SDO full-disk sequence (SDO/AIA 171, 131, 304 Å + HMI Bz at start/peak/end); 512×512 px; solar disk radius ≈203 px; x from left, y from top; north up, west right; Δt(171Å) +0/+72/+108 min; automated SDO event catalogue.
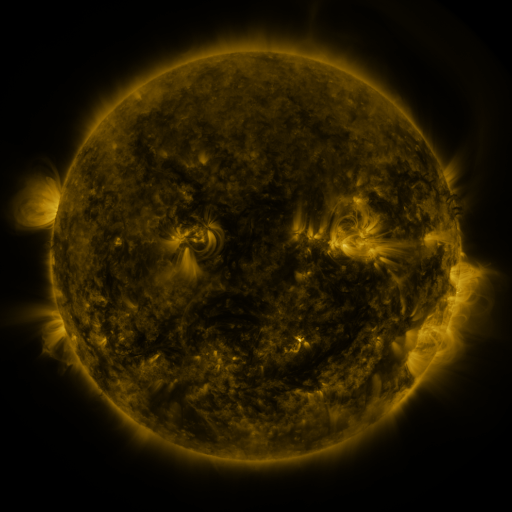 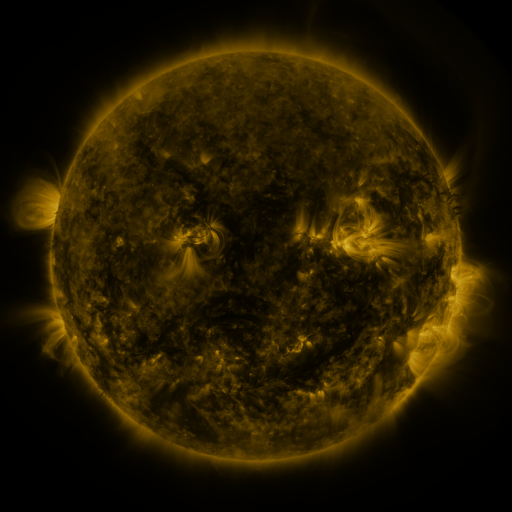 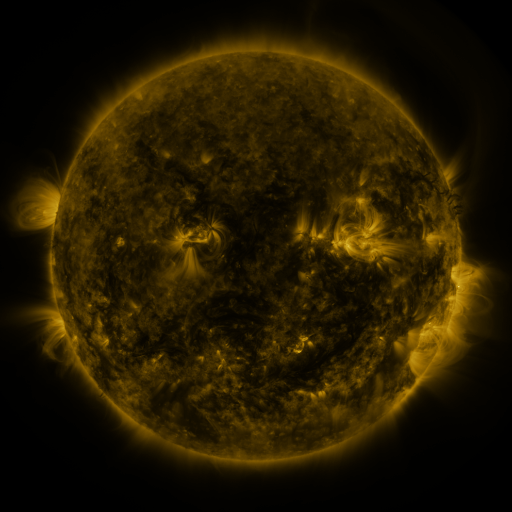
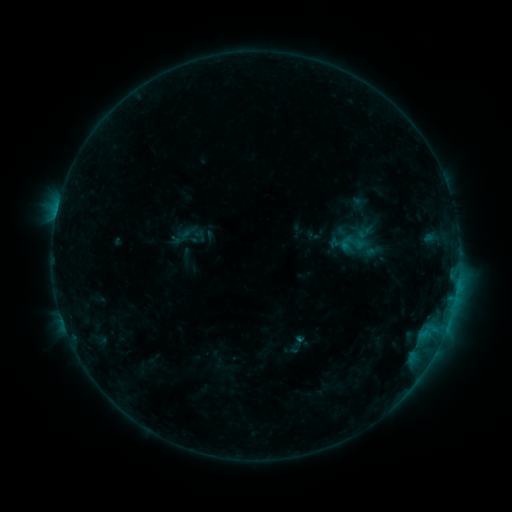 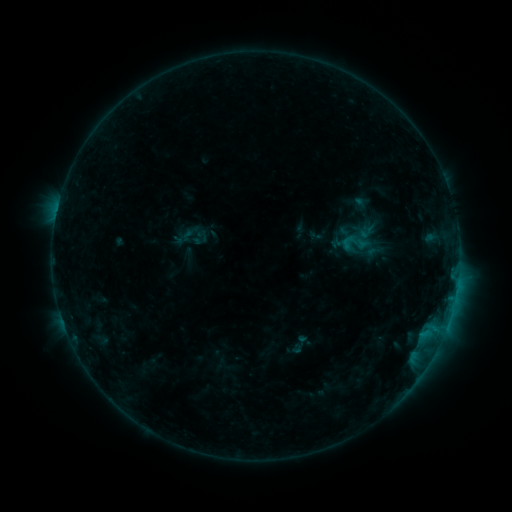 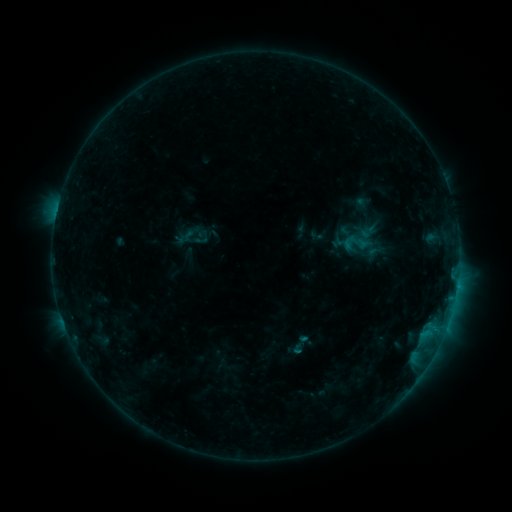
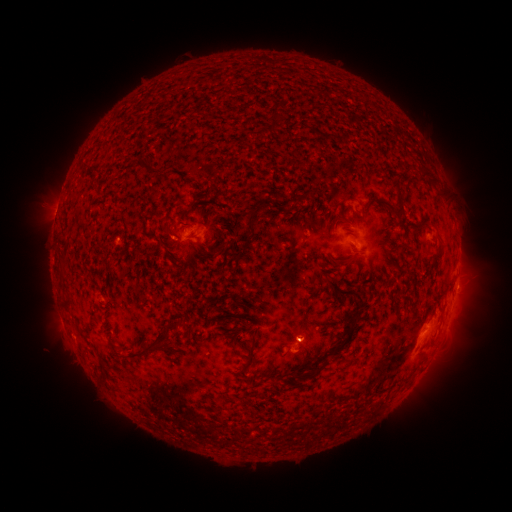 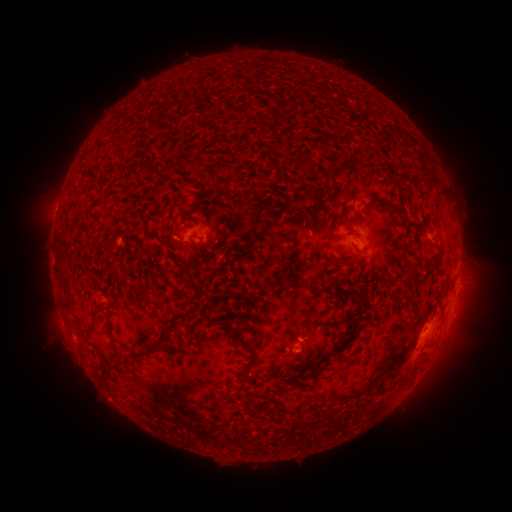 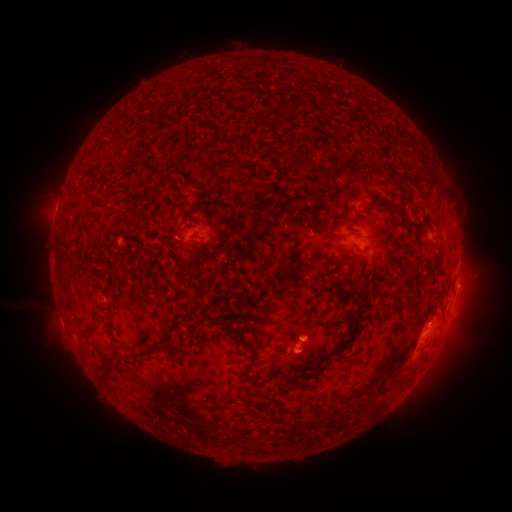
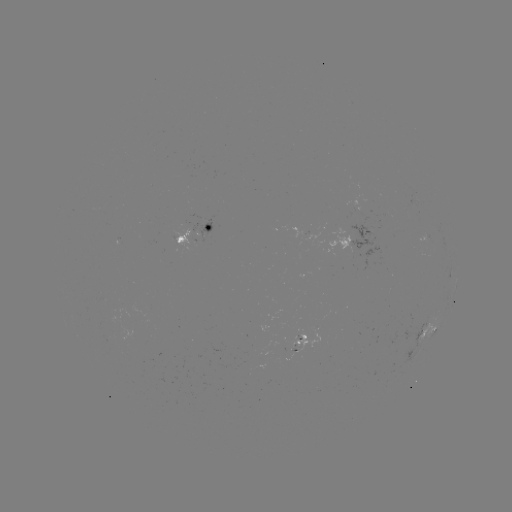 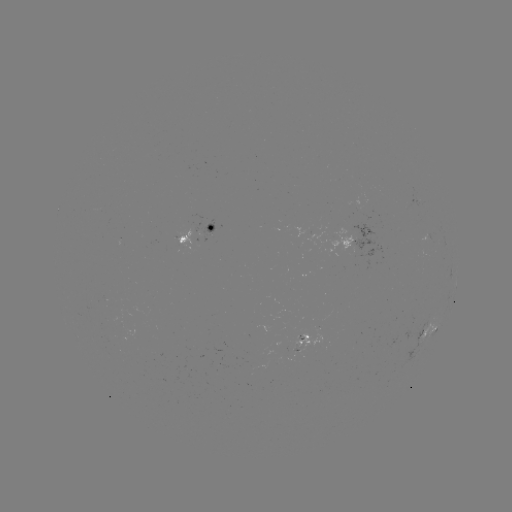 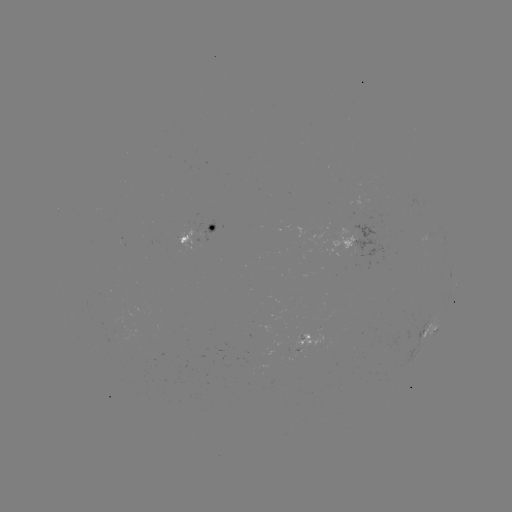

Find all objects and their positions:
emerging-flux region: (302, 344)
